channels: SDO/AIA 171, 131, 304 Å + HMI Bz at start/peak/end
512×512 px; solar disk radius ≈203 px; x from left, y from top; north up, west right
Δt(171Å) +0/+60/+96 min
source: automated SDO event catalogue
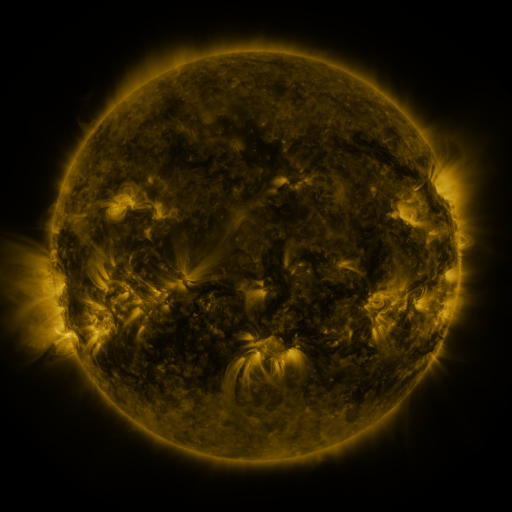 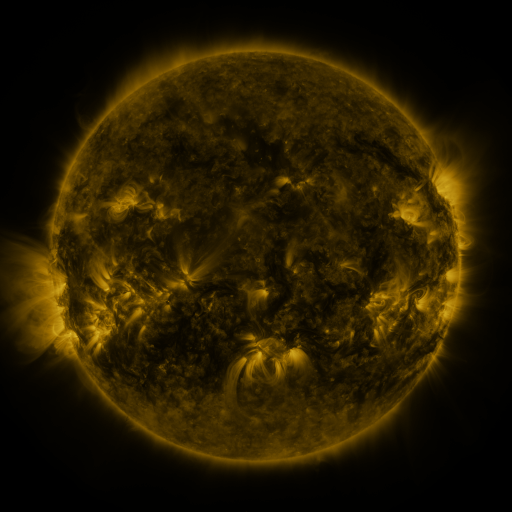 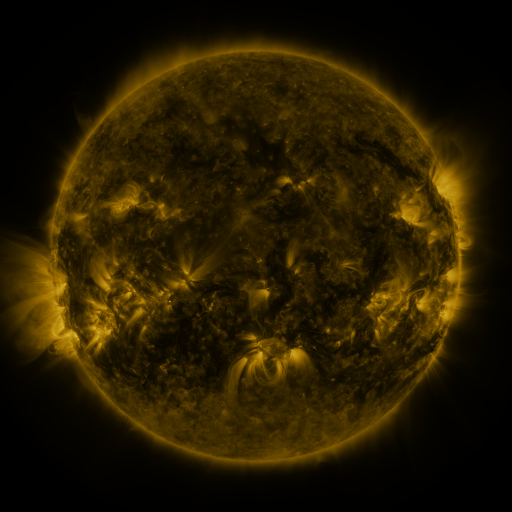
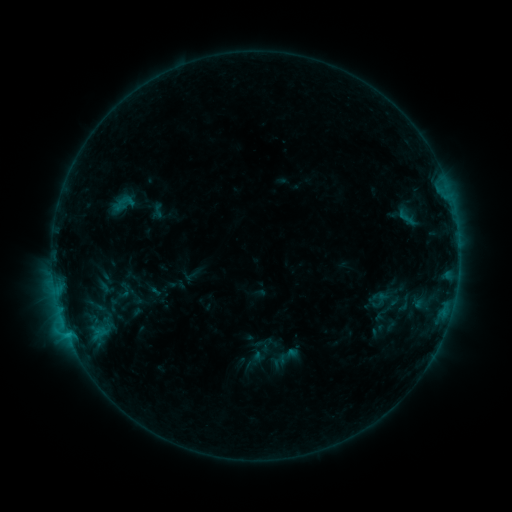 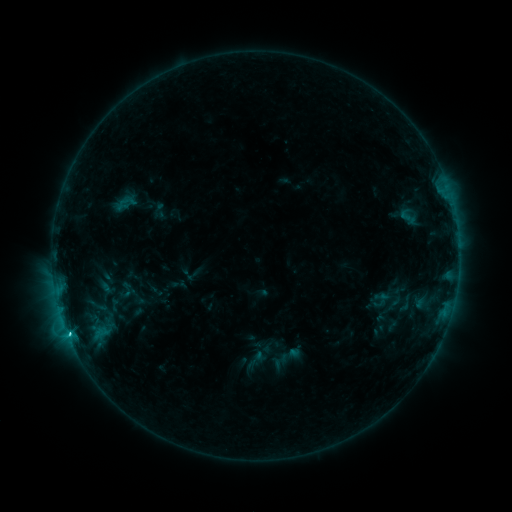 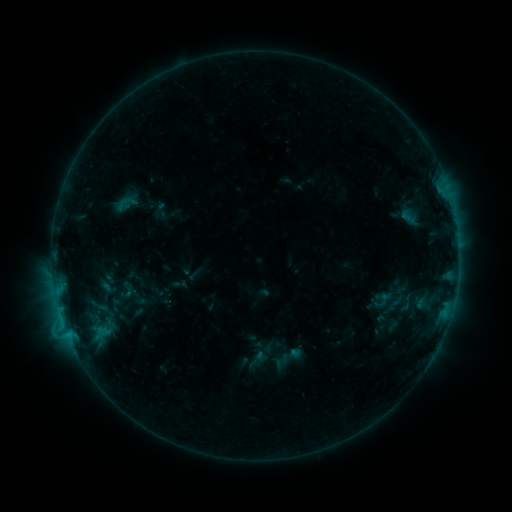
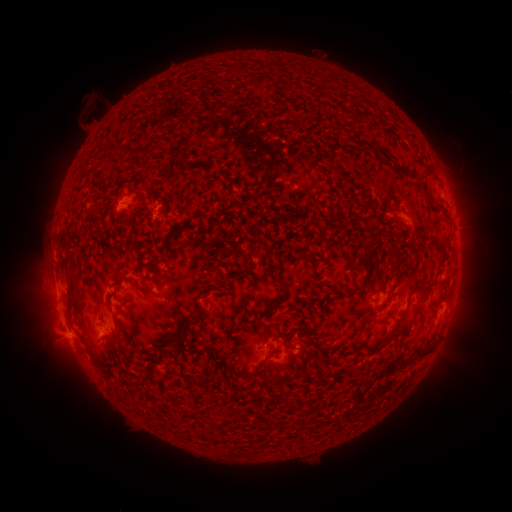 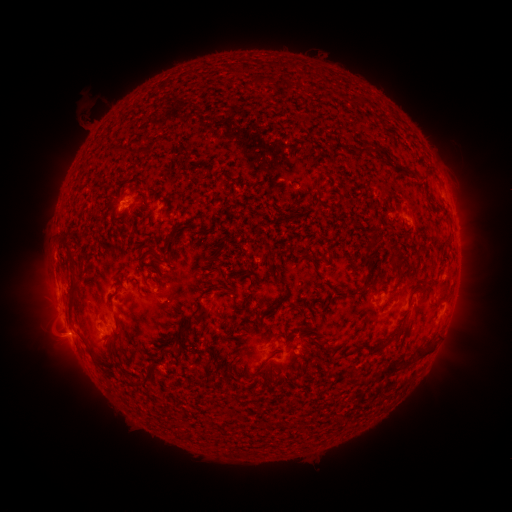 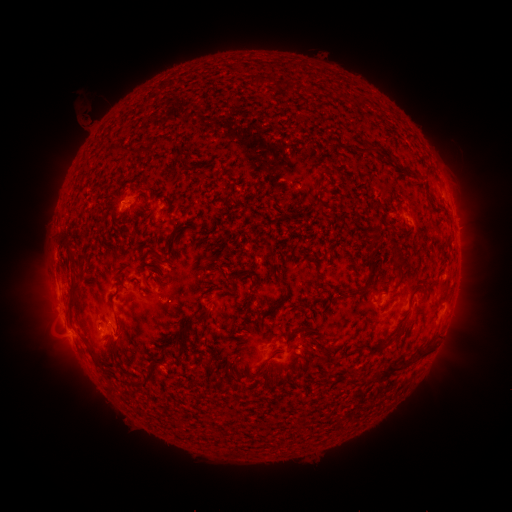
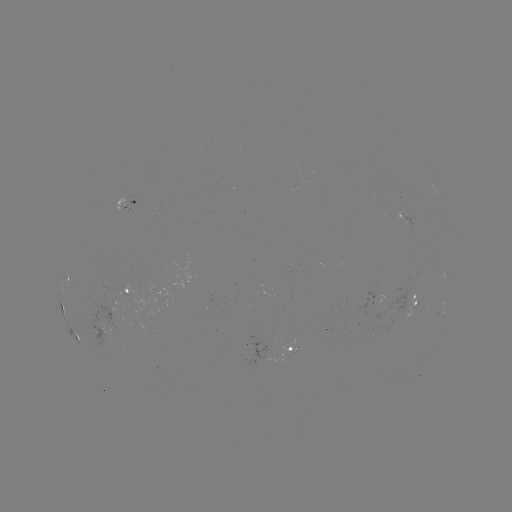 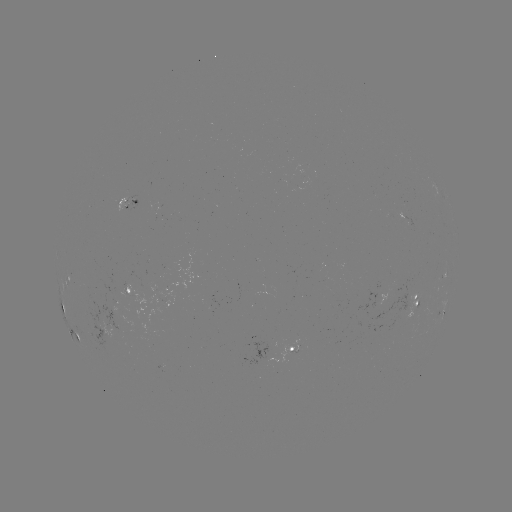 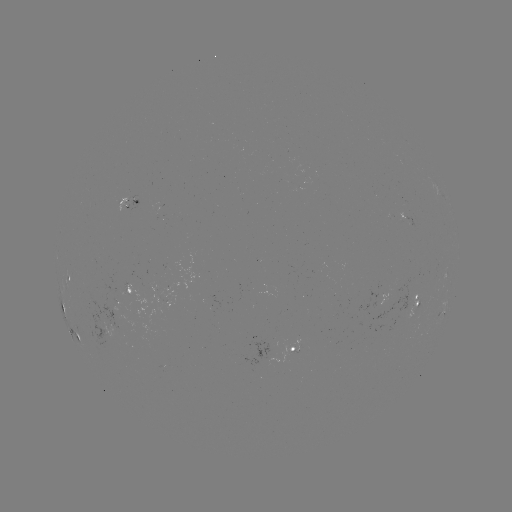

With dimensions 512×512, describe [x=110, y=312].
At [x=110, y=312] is emerging-flux region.